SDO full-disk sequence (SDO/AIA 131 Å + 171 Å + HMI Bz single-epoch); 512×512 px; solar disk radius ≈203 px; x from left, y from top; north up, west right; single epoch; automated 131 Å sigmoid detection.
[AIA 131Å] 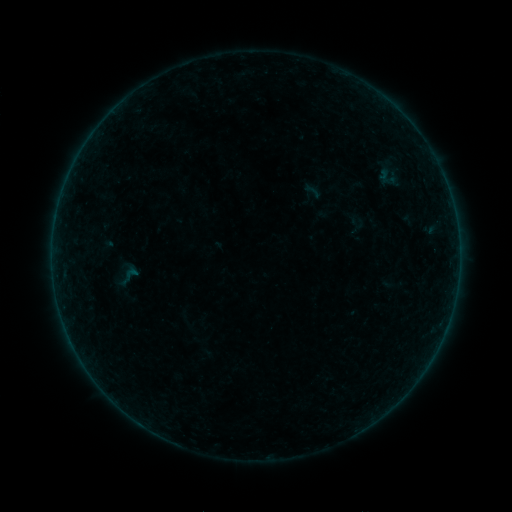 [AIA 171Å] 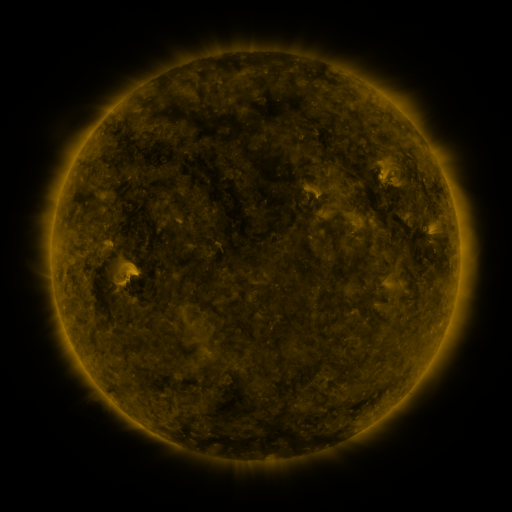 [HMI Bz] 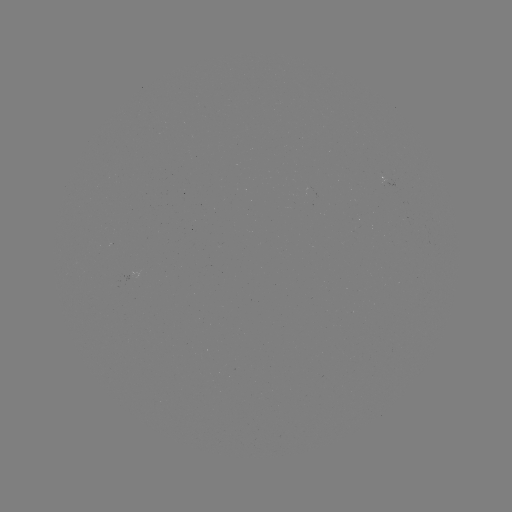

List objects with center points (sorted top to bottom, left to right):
sigmoid: [300, 180, 324, 201]
